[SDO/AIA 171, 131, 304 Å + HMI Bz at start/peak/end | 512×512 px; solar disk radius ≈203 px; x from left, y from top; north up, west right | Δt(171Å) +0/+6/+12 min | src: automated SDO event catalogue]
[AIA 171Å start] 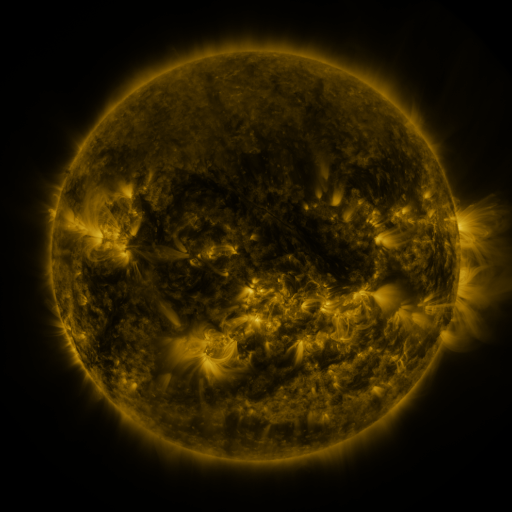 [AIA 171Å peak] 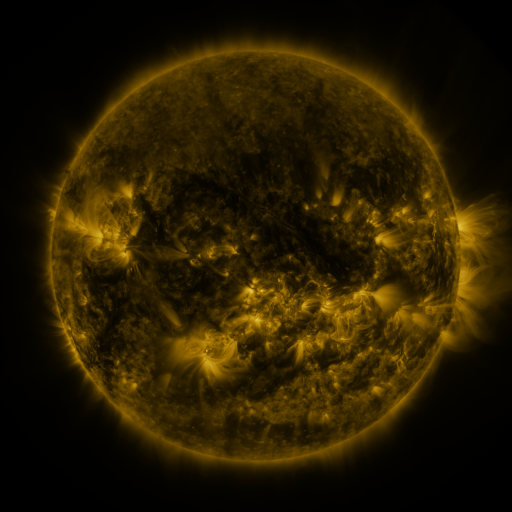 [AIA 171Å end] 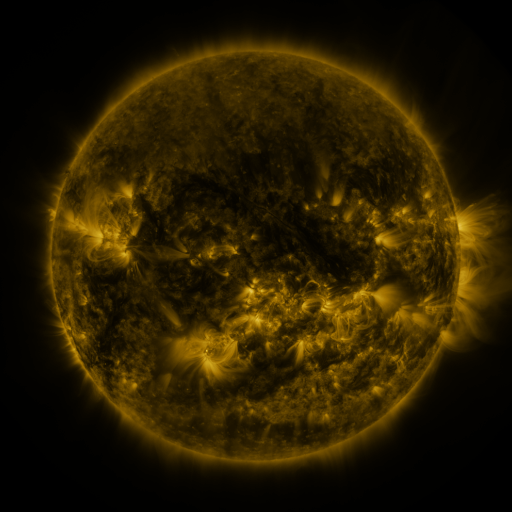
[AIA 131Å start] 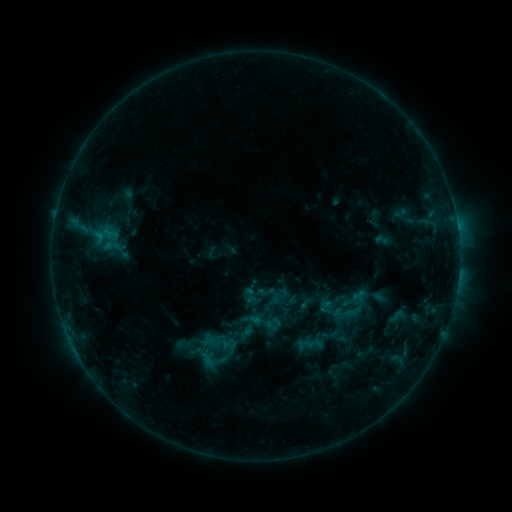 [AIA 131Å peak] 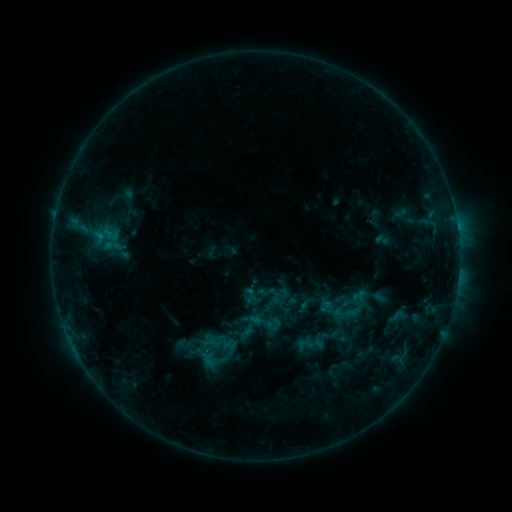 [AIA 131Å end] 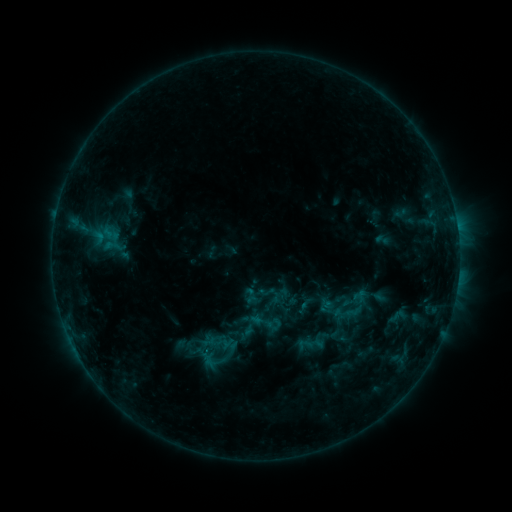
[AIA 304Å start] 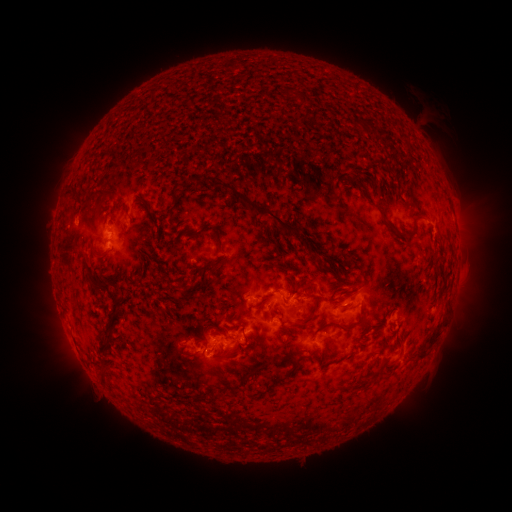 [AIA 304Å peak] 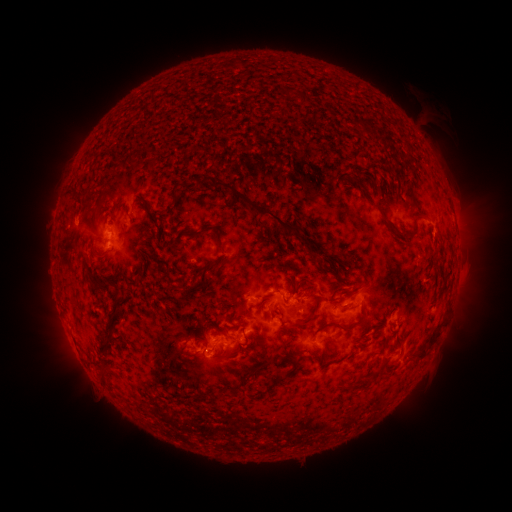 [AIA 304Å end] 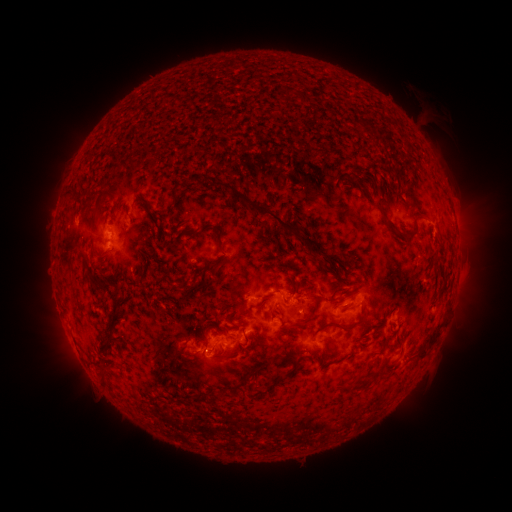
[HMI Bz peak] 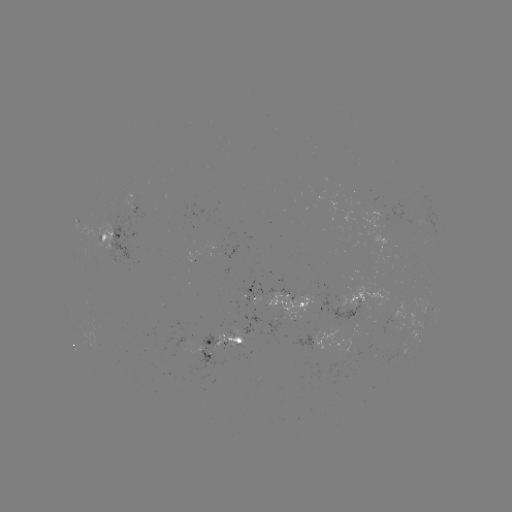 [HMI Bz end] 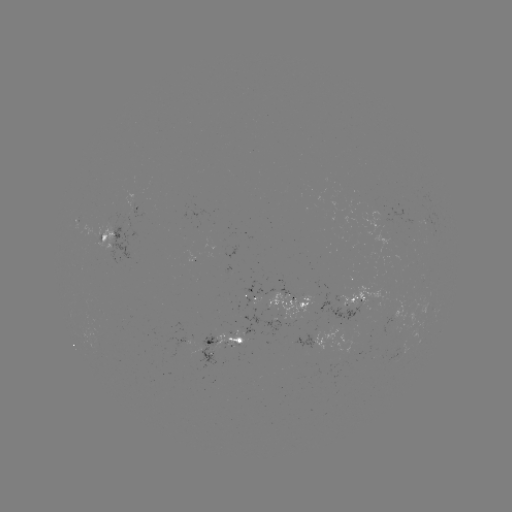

no flare in any classed list; no EUV-trigger detection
